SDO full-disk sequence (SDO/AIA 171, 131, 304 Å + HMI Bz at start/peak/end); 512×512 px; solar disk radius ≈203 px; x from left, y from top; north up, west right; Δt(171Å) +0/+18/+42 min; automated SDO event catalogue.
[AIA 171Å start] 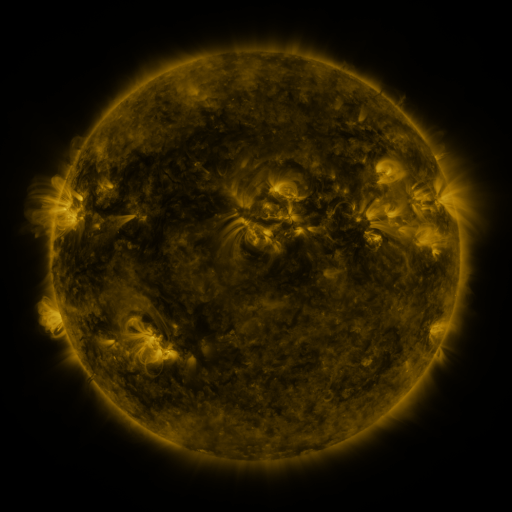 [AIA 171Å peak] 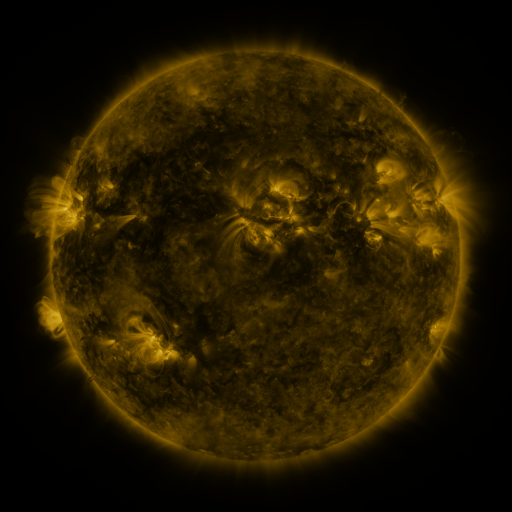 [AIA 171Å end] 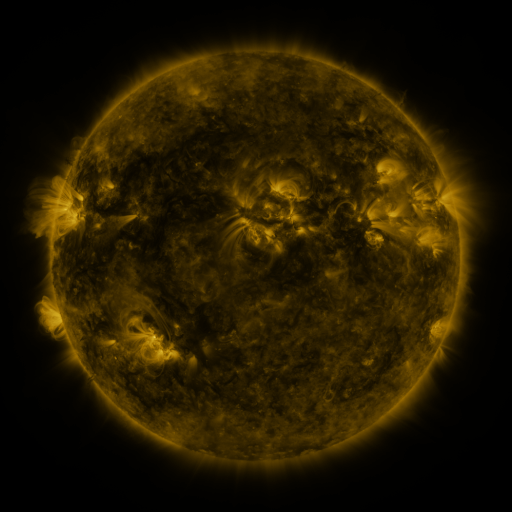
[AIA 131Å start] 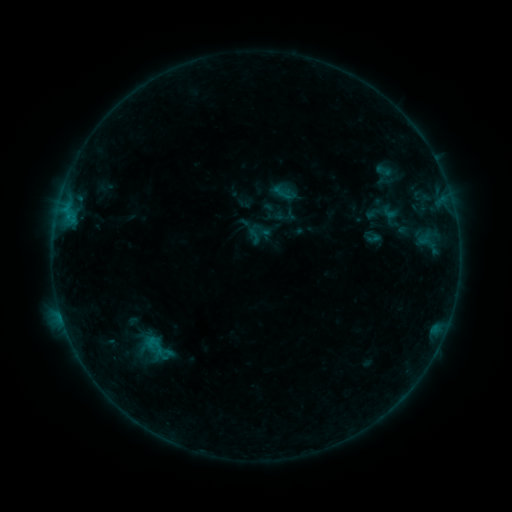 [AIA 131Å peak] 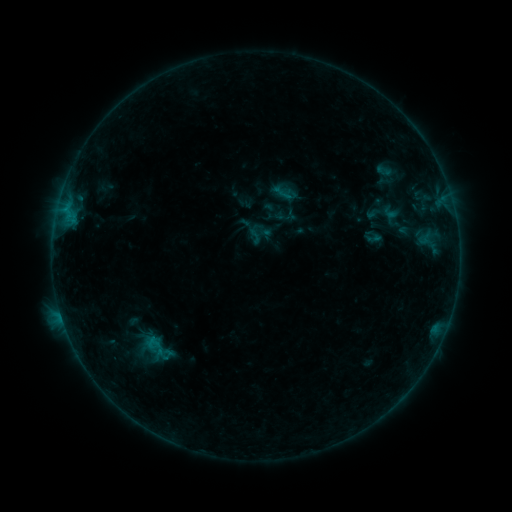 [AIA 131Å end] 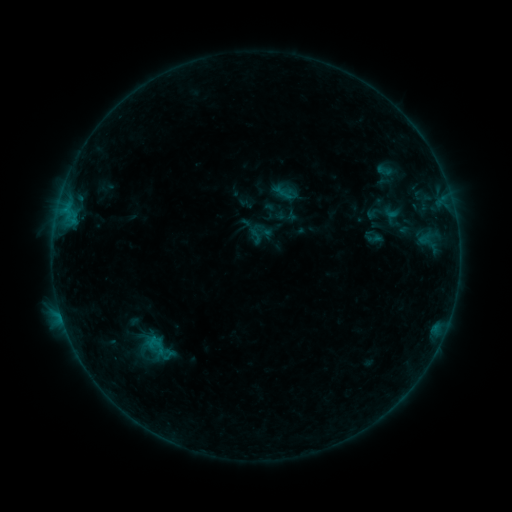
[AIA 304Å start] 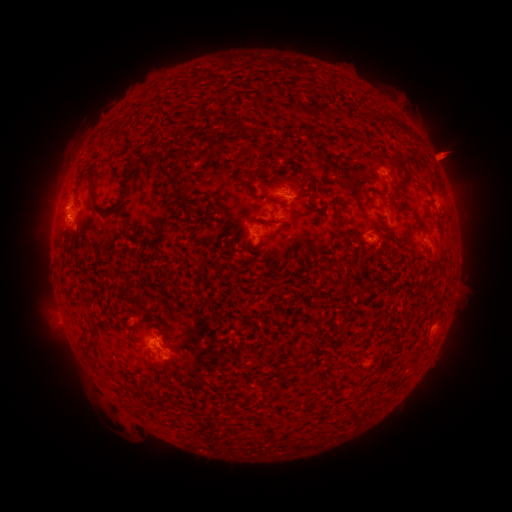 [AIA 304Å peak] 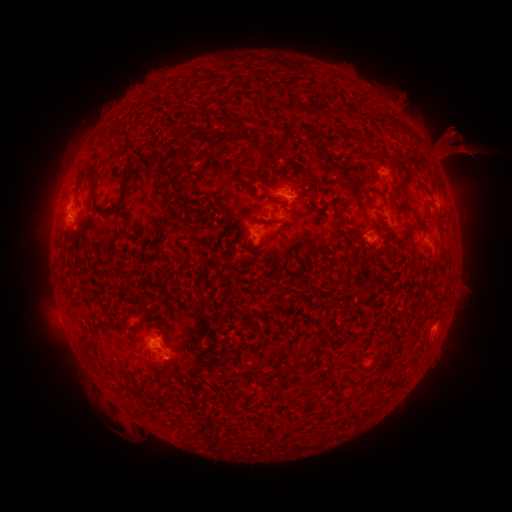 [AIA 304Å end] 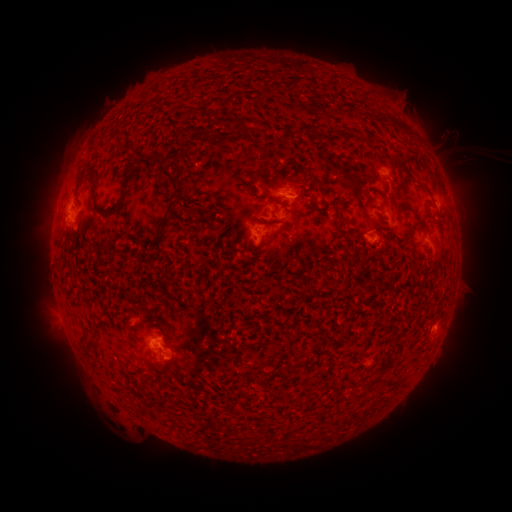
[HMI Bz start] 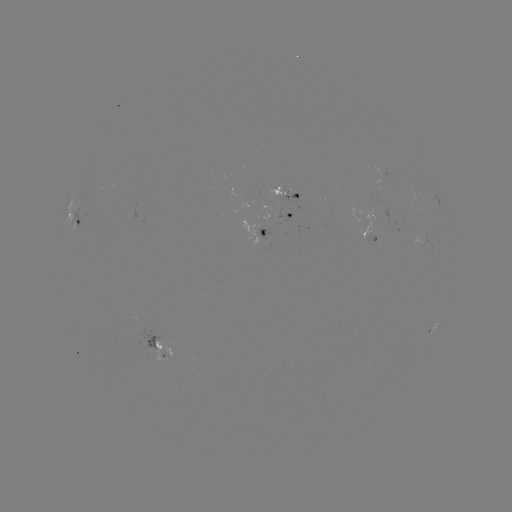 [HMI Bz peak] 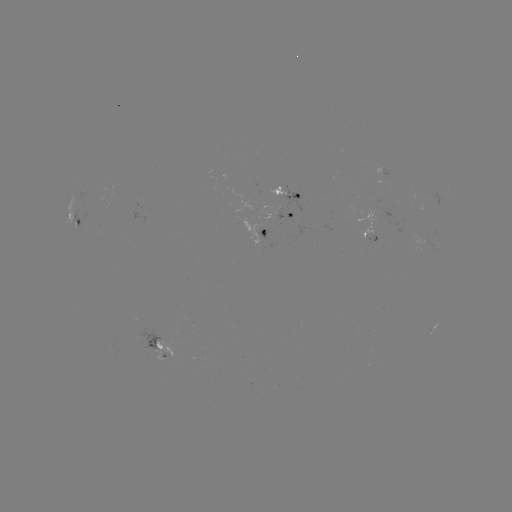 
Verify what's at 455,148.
eruption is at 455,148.